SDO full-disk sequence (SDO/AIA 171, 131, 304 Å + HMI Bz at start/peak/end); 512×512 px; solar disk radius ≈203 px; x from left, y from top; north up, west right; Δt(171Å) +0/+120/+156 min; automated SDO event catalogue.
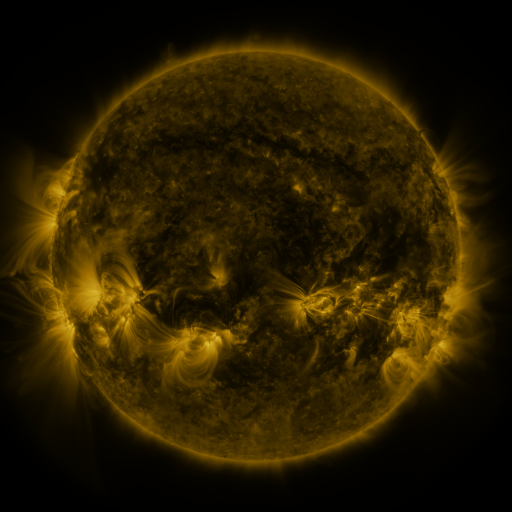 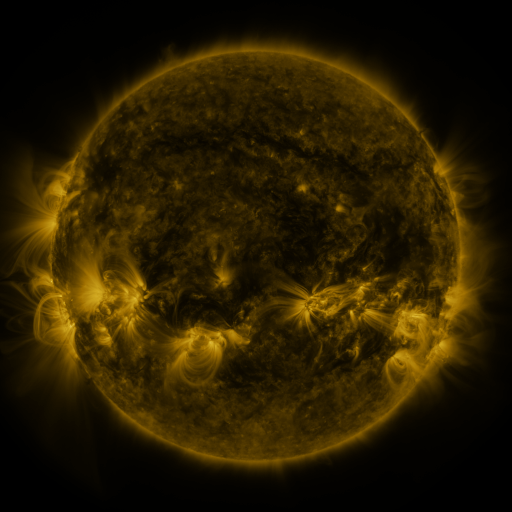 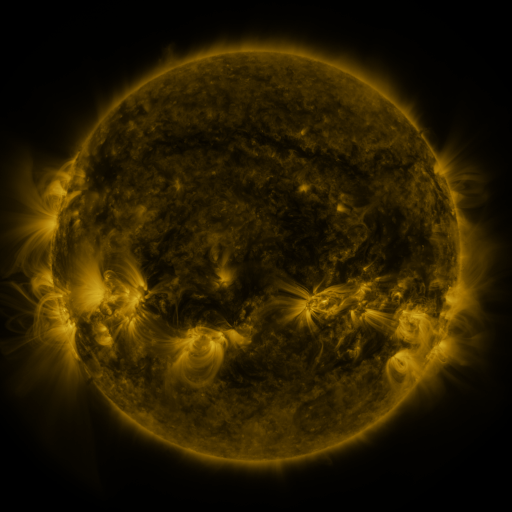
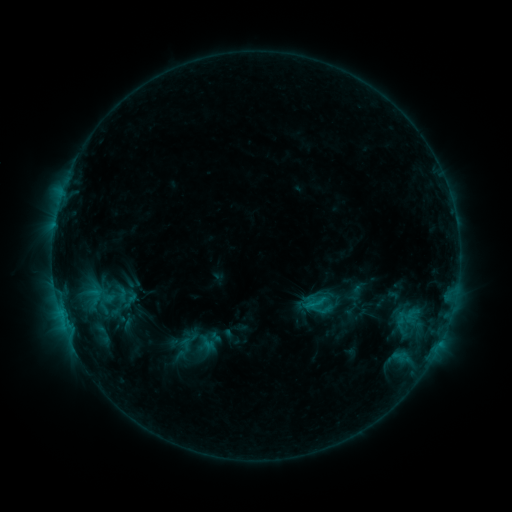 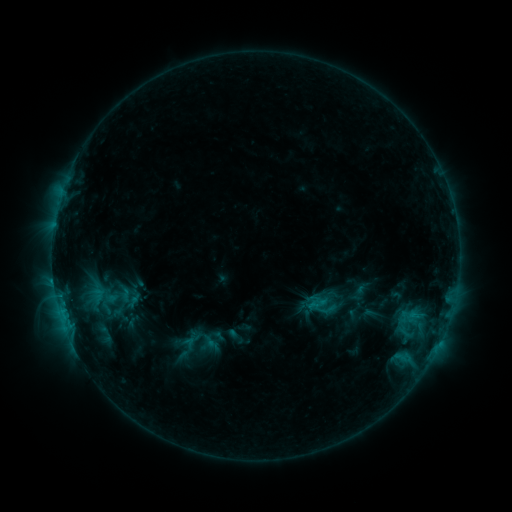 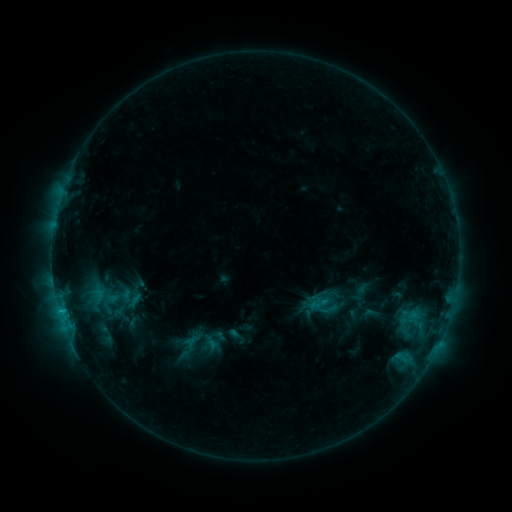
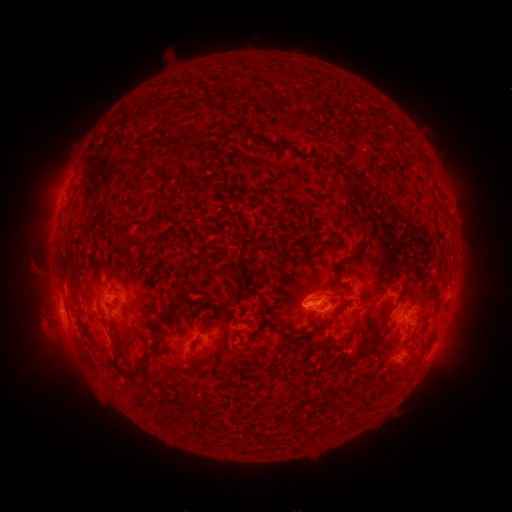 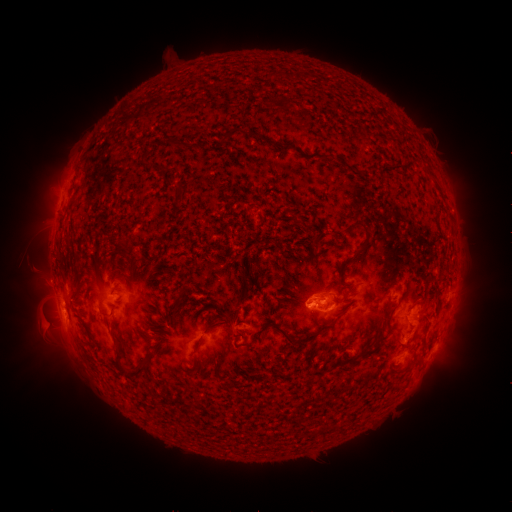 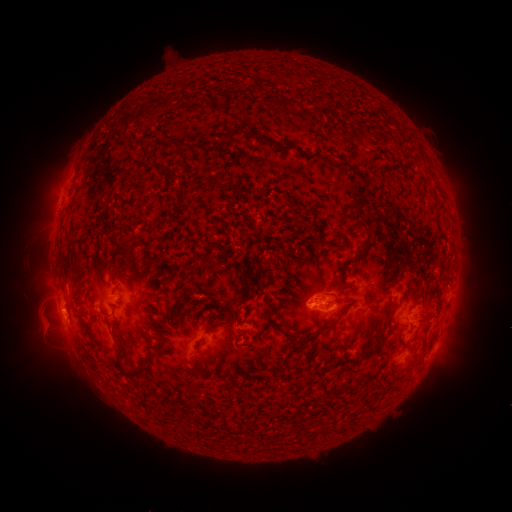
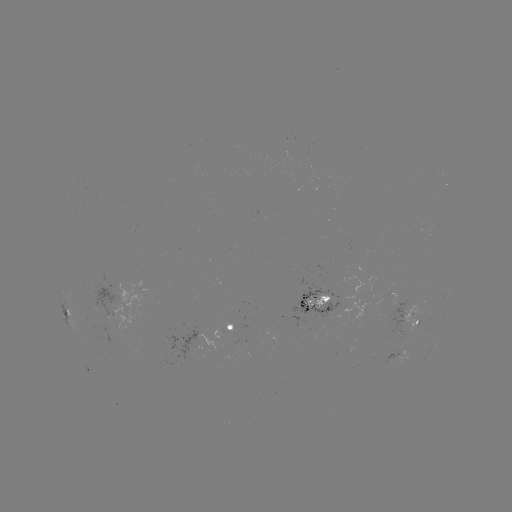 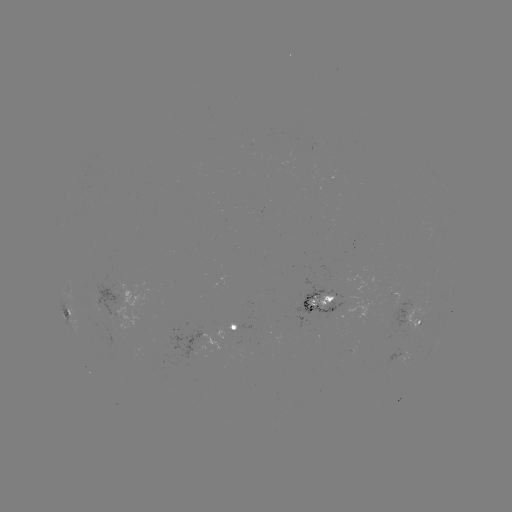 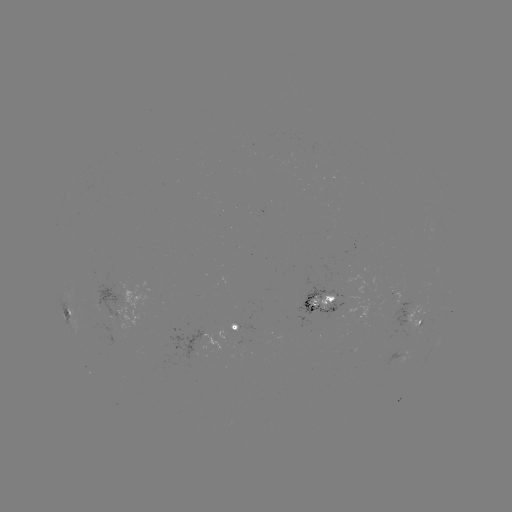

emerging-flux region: <bbox>89, 304, 100, 312</bbox>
